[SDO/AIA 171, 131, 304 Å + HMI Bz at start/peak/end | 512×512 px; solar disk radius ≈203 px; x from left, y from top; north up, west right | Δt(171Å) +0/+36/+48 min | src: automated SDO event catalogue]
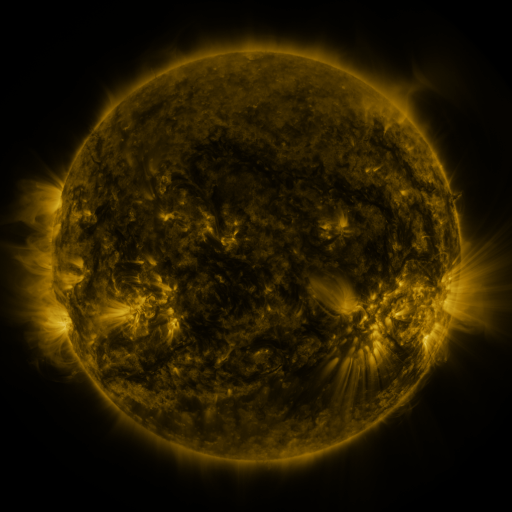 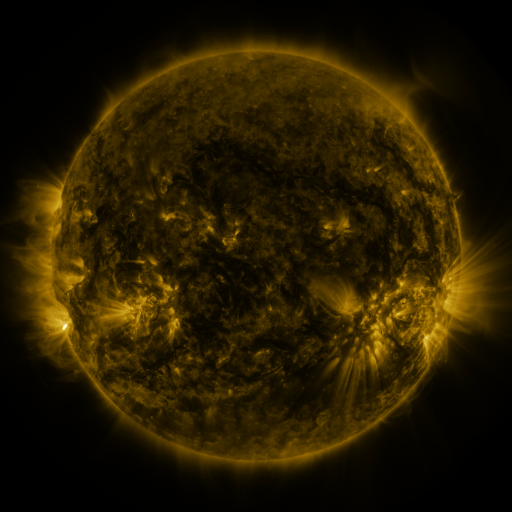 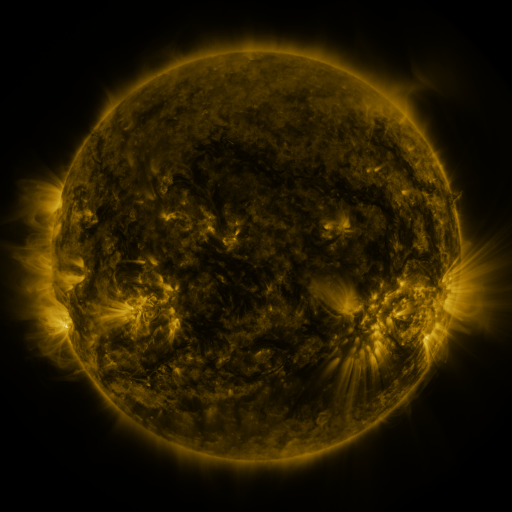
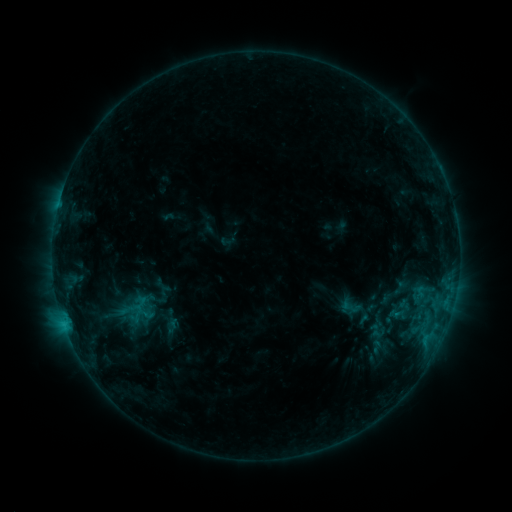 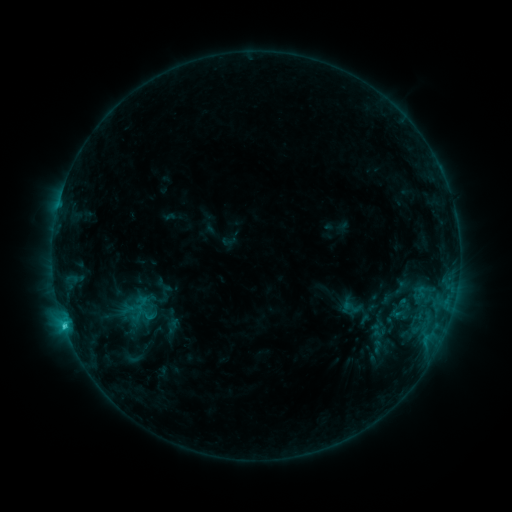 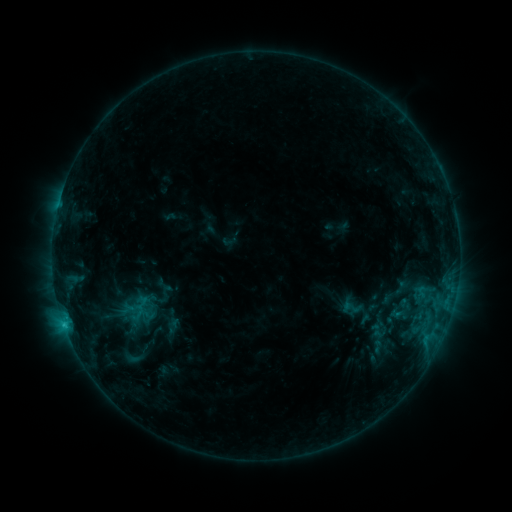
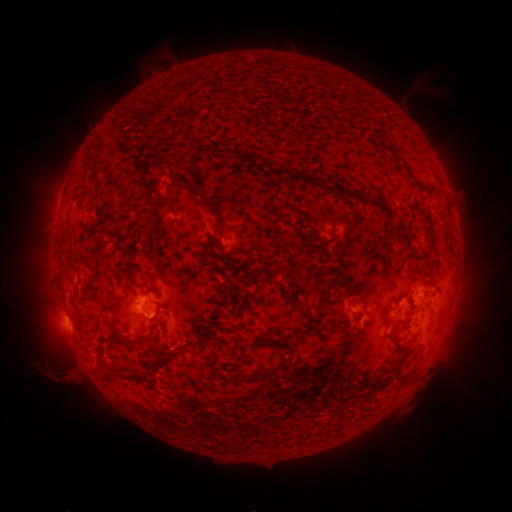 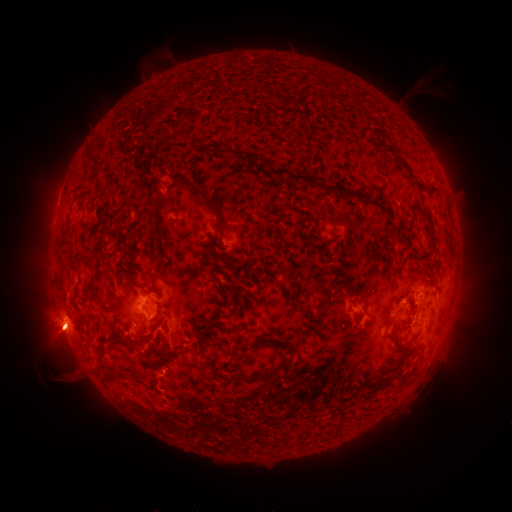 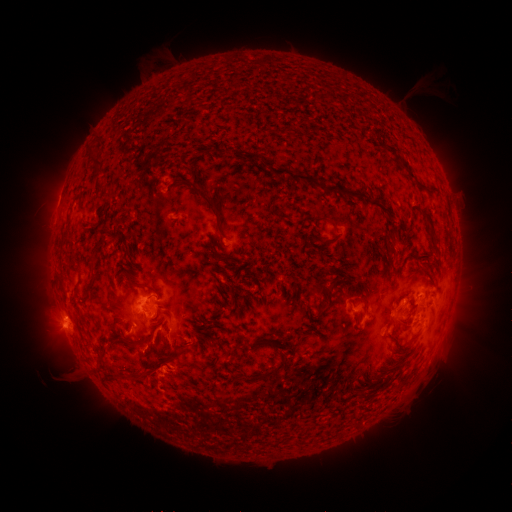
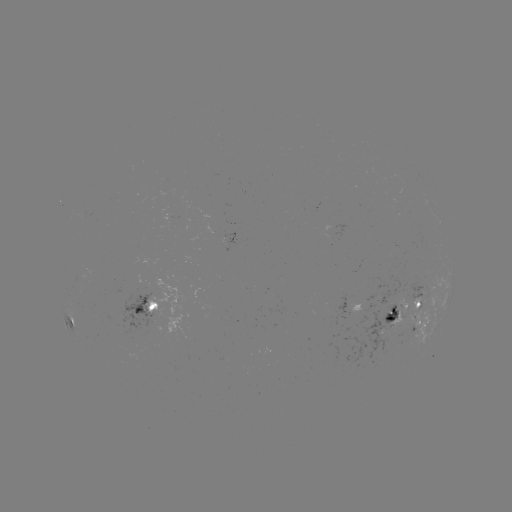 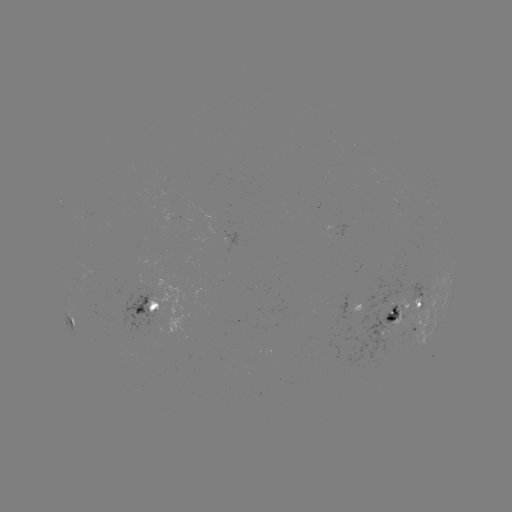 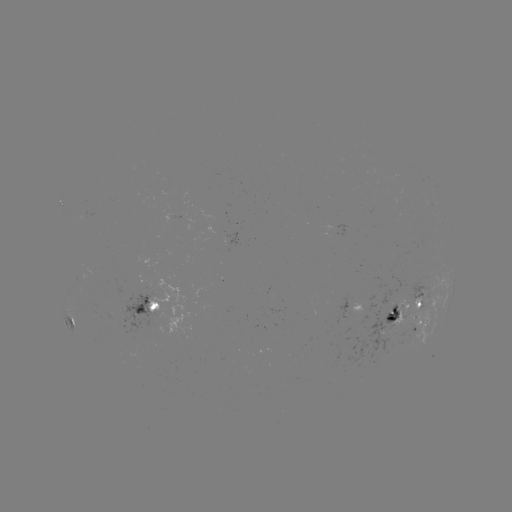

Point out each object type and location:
C2.4 flare: (64, 322)
